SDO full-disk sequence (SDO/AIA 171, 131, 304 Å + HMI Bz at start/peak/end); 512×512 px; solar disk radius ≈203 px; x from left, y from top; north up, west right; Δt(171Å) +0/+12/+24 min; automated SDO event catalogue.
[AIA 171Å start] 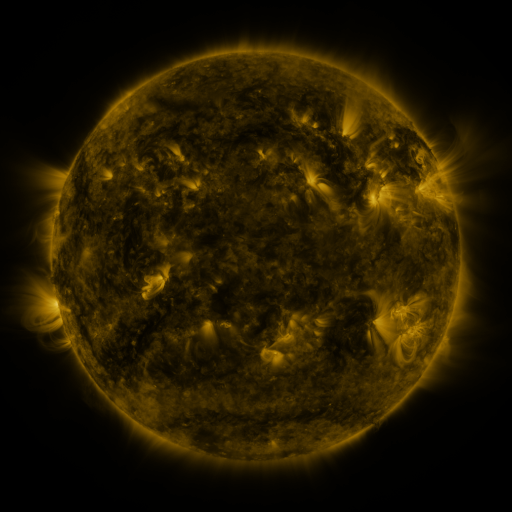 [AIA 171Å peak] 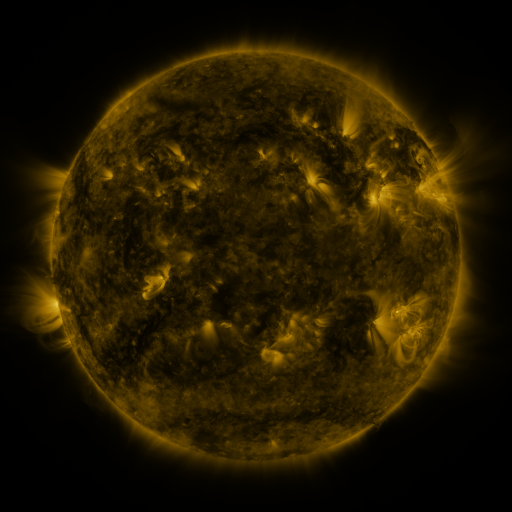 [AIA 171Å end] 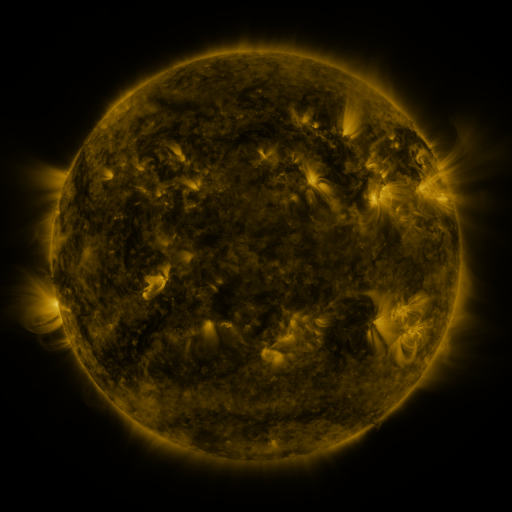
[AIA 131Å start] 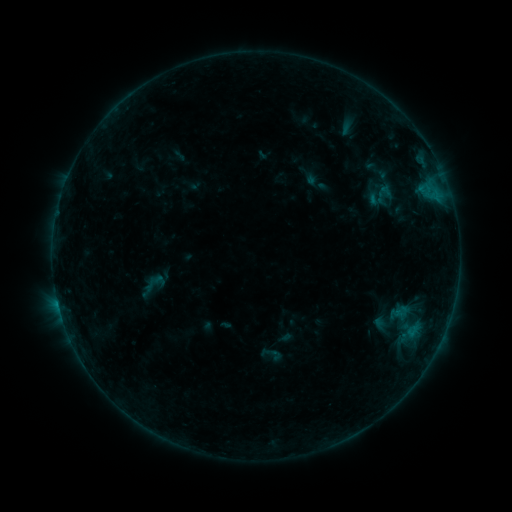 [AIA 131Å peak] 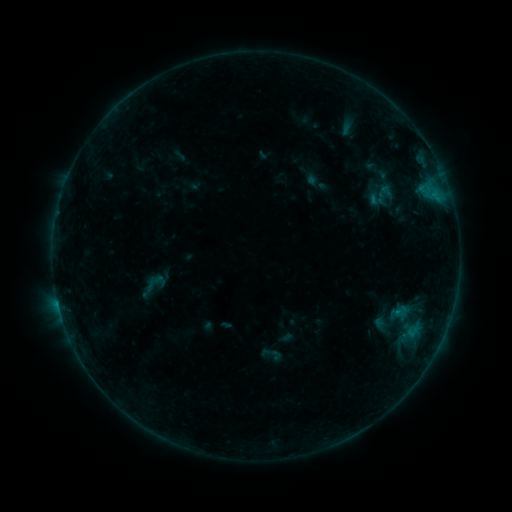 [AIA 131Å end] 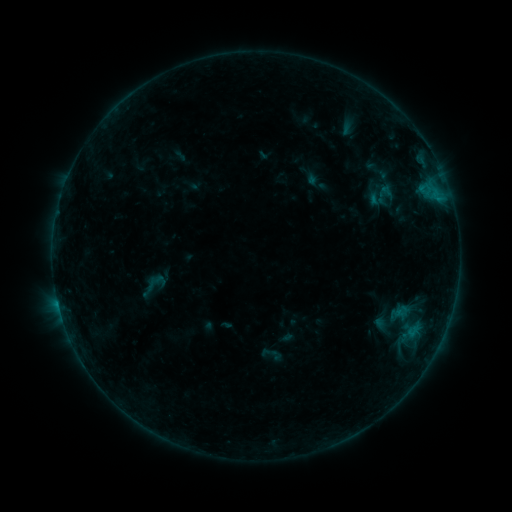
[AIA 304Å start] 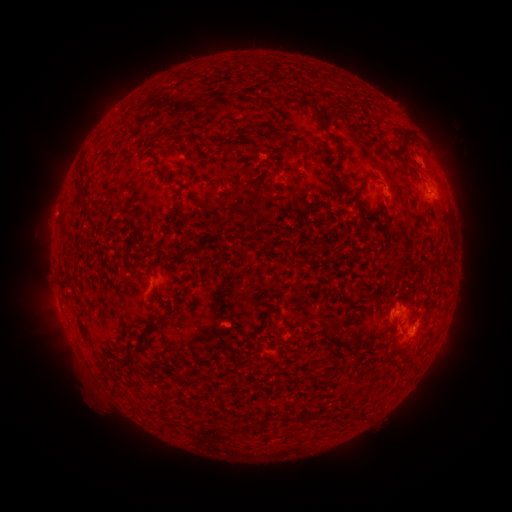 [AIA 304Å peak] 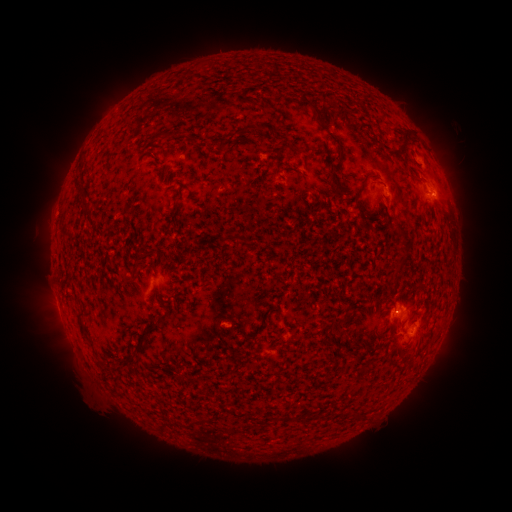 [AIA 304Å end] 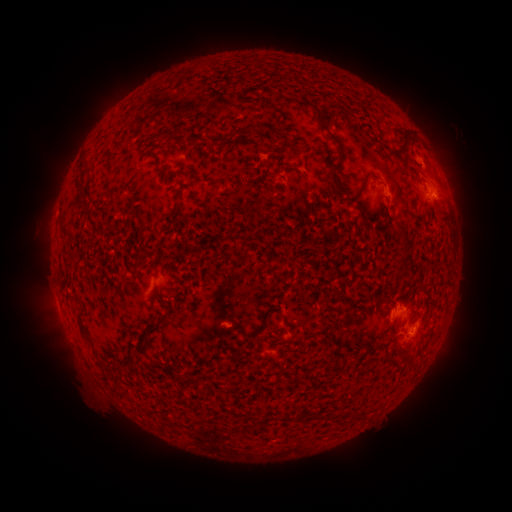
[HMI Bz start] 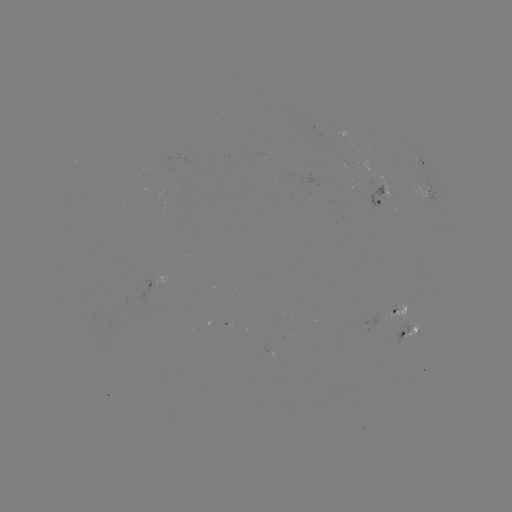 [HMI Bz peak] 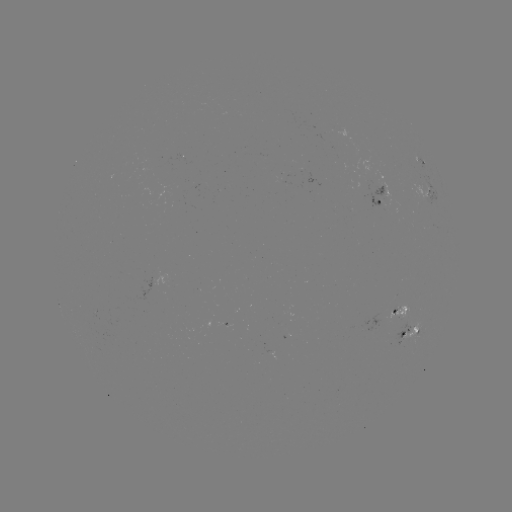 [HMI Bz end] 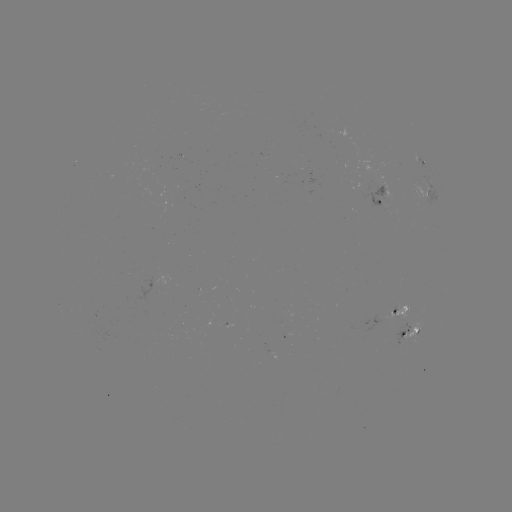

nothing was catalogued: no classed flare, no EUV trigger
